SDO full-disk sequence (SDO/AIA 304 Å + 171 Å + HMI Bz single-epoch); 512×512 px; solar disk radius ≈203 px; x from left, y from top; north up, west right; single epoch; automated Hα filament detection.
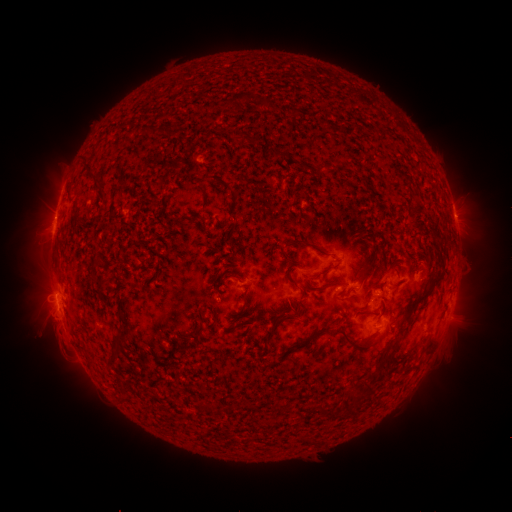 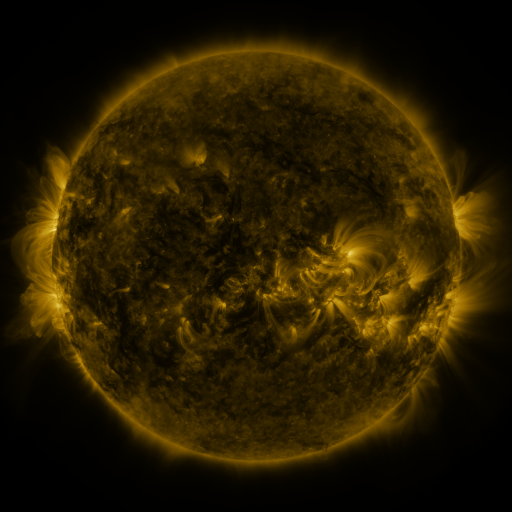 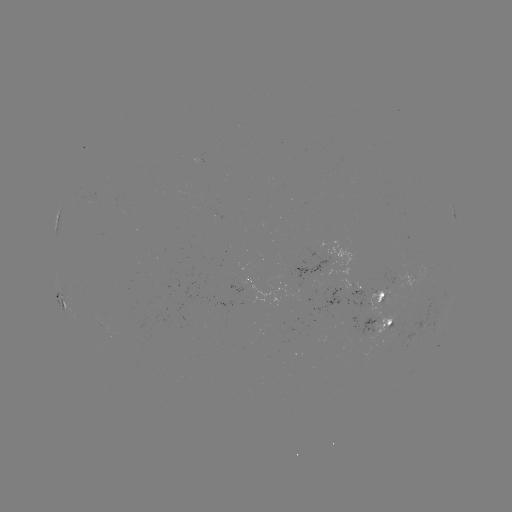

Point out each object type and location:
filament: [244, 93, 270, 107]
filament: [305, 114, 320, 123]
filament: [255, 134, 303, 163]
filament: [98, 138, 114, 169]
filament: [328, 175, 344, 184]
filament: [236, 210, 244, 221]
filament: [91, 234, 102, 245]
filament: [286, 240, 320, 261]
filament: [93, 268, 101, 278]
filament: [354, 278, 367, 300]
filament: [236, 281, 247, 297]
filament: [284, 281, 339, 300]
filament: [101, 292, 116, 333]
filament: [389, 296, 440, 342]
filament: [178, 298, 196, 331]
filament: [250, 318, 288, 344]
filament: [280, 333, 322, 355]
filament: [326, 339, 354, 365]
filament: [408, 362, 420, 379]
filament: [182, 394, 193, 407]
filament: [209, 396, 217, 404]
filament: [328, 405, 336, 422]
filament: [294, 409, 302, 422]
